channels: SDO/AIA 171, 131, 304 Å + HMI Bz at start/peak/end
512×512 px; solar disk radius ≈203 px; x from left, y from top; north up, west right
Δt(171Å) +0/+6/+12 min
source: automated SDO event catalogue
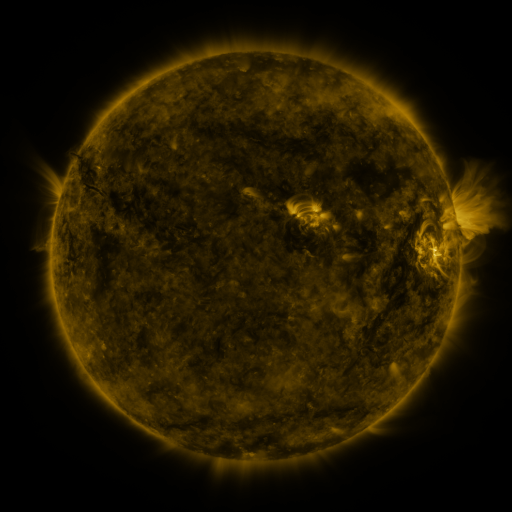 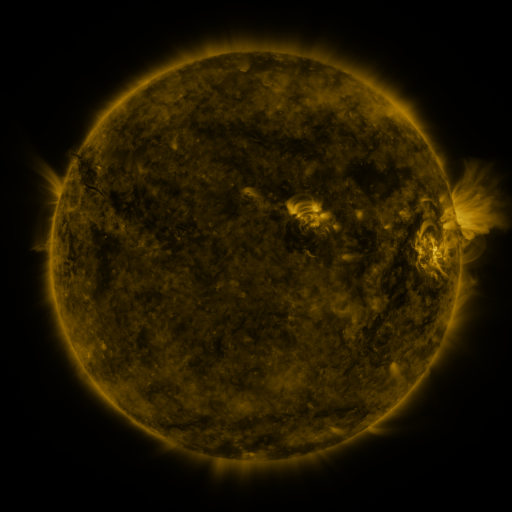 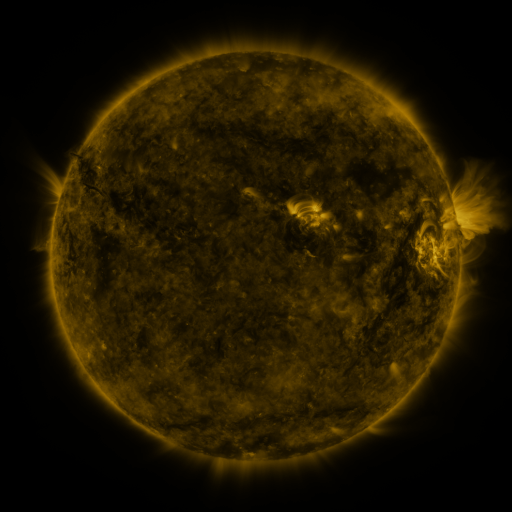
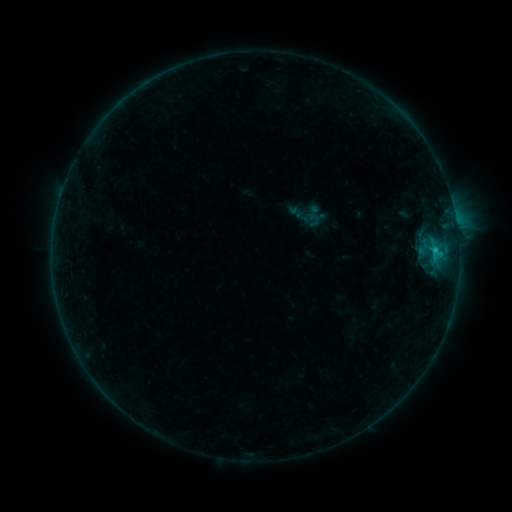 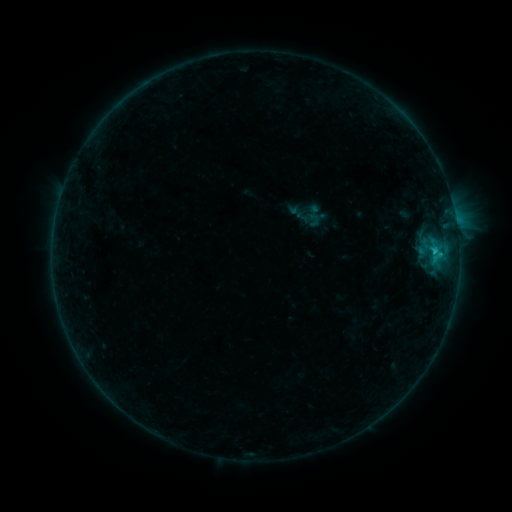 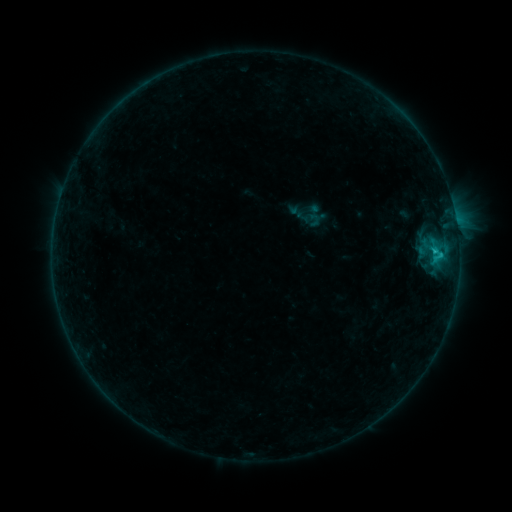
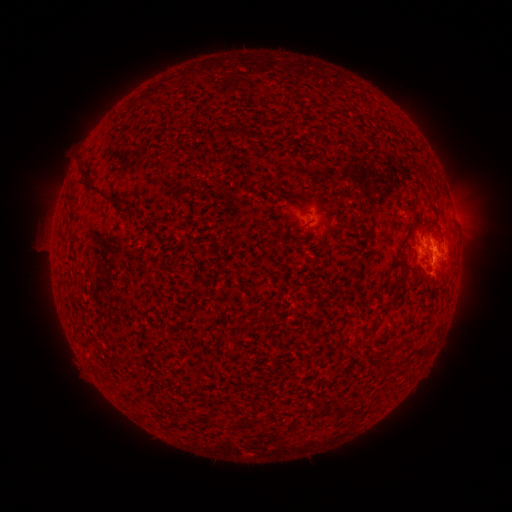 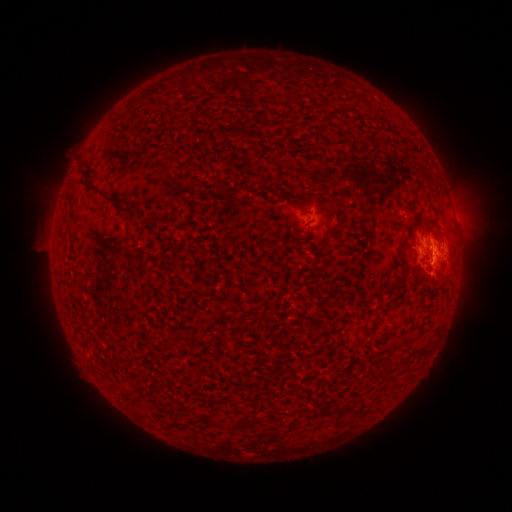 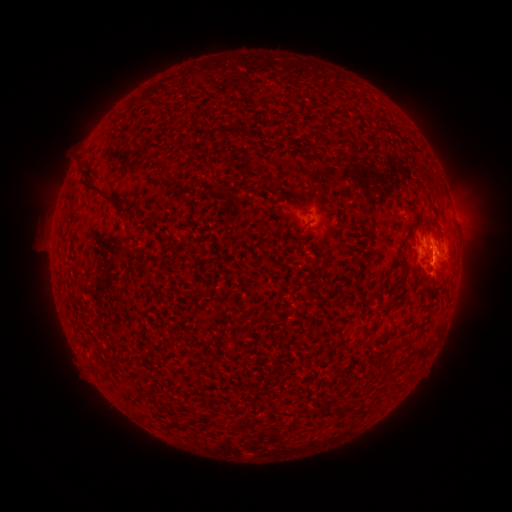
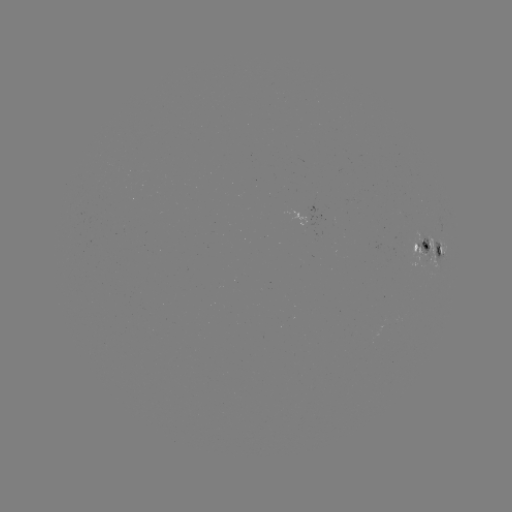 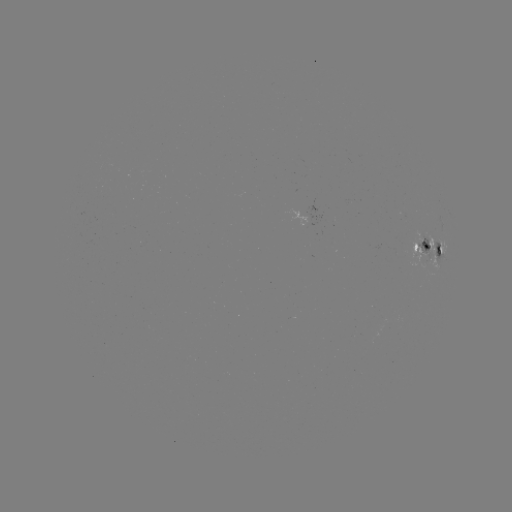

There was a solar flare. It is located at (432, 254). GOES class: C1.2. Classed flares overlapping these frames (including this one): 1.